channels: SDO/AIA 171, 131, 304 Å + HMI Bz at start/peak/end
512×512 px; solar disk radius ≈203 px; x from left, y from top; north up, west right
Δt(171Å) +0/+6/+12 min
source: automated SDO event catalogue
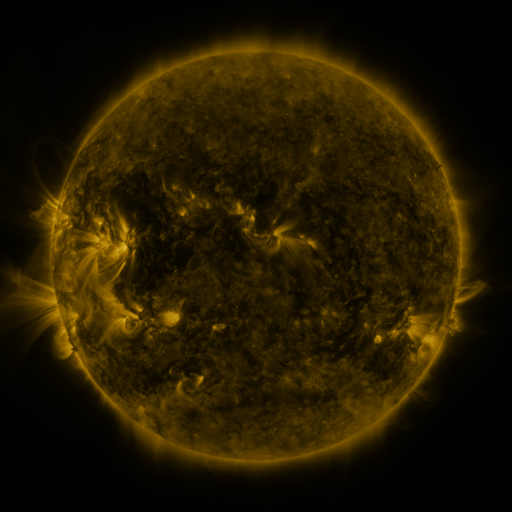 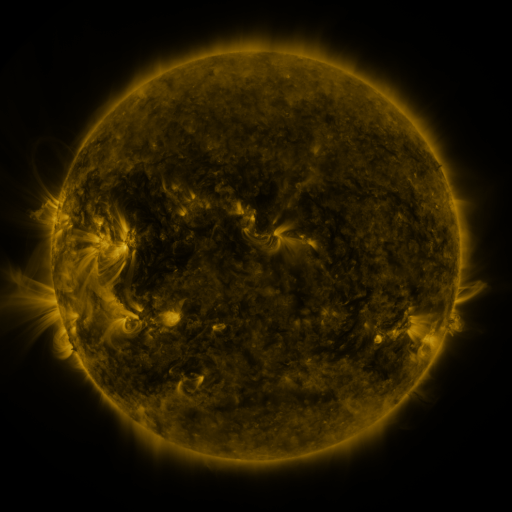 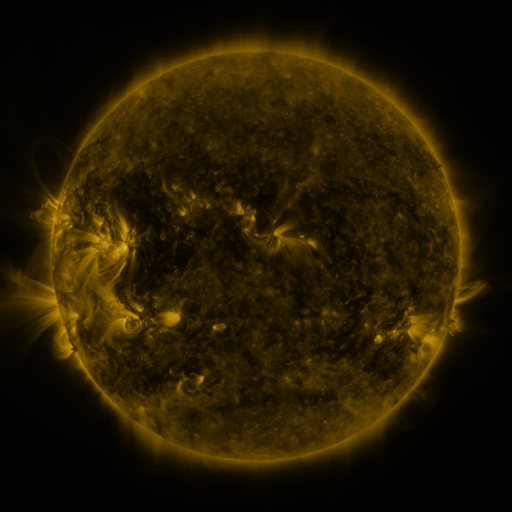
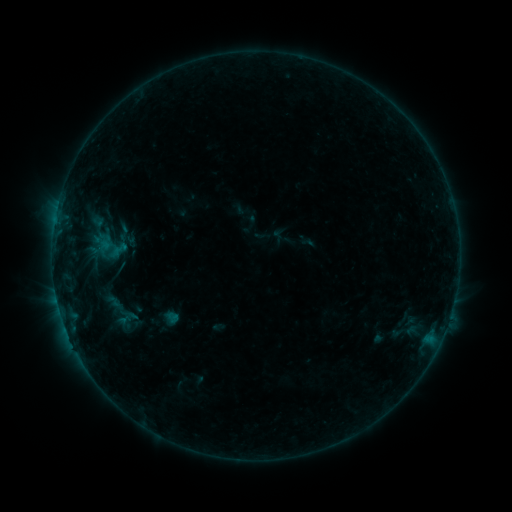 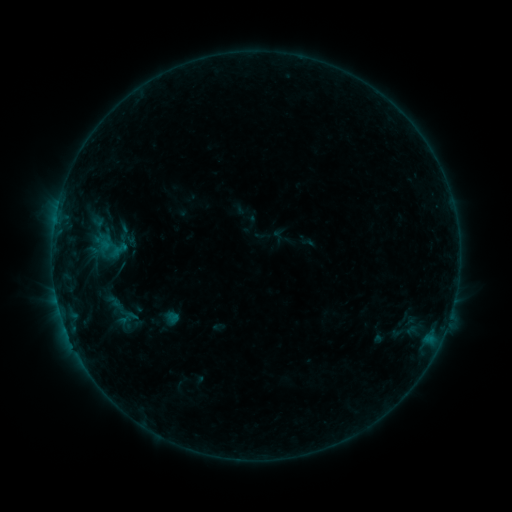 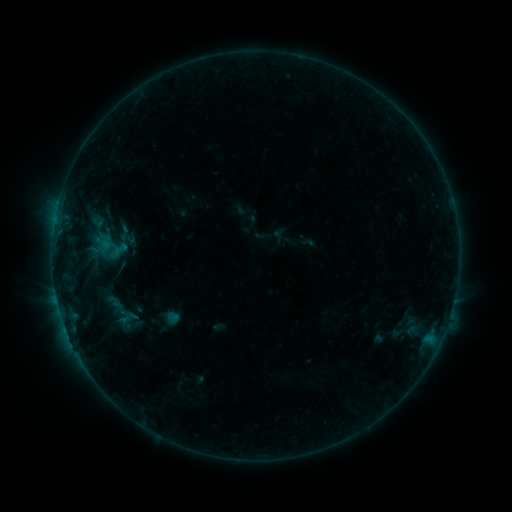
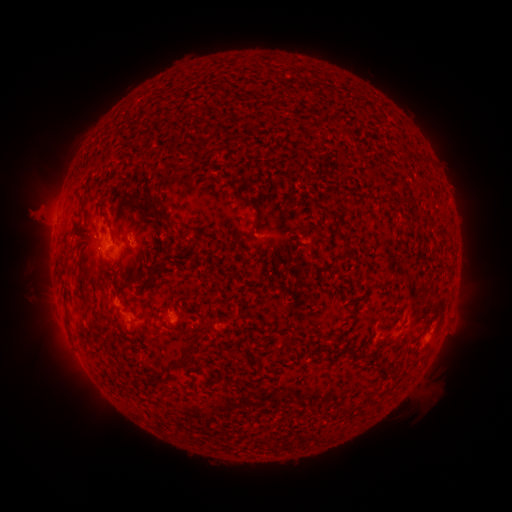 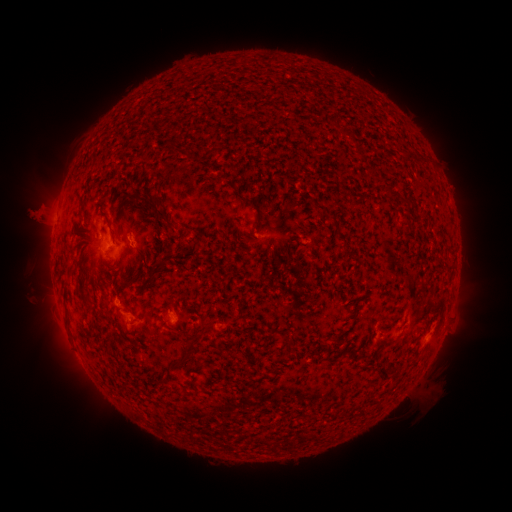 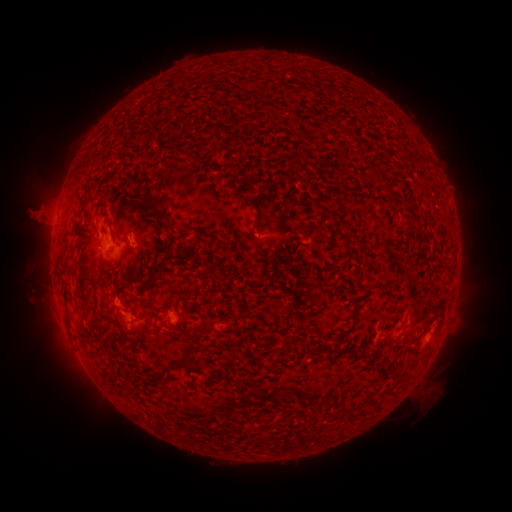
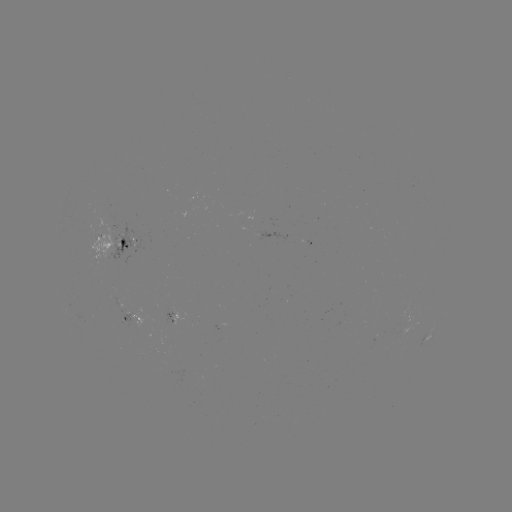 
no catalogued flare and no flagged EUV brightening in this window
